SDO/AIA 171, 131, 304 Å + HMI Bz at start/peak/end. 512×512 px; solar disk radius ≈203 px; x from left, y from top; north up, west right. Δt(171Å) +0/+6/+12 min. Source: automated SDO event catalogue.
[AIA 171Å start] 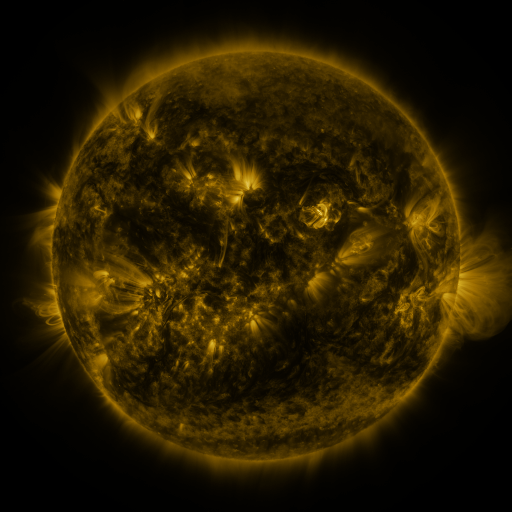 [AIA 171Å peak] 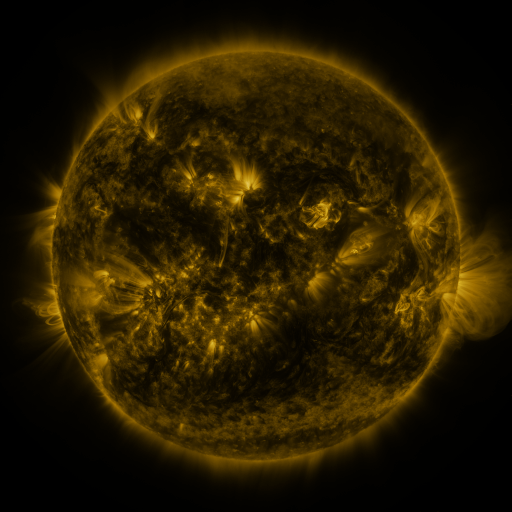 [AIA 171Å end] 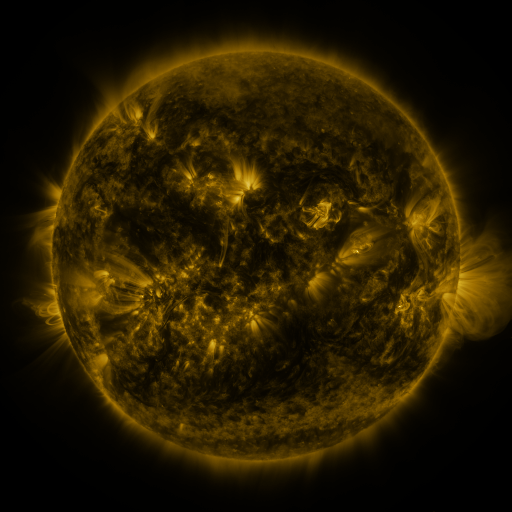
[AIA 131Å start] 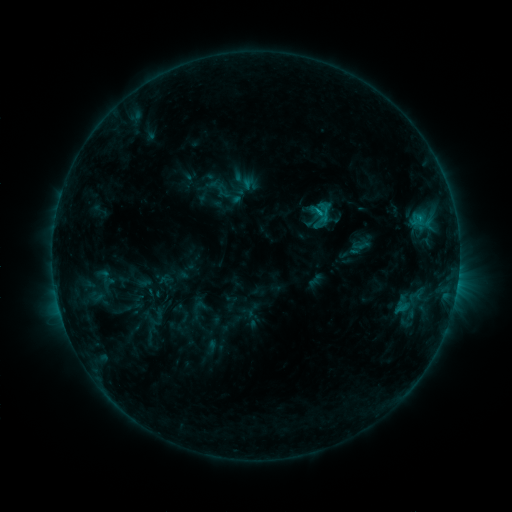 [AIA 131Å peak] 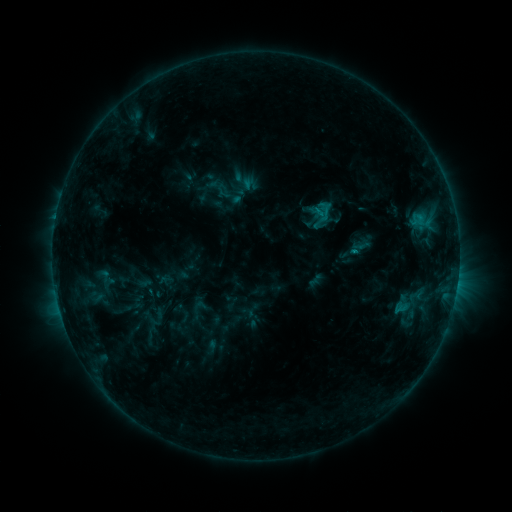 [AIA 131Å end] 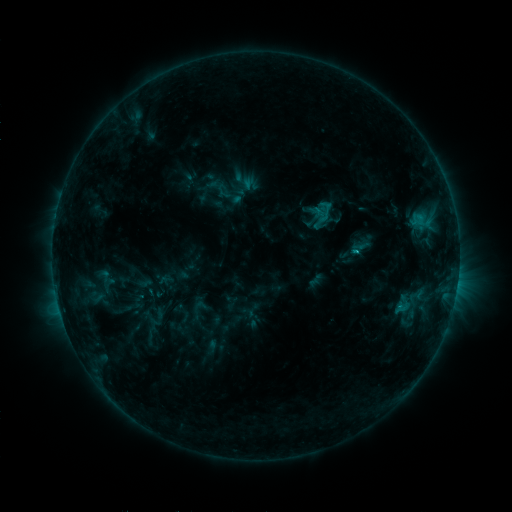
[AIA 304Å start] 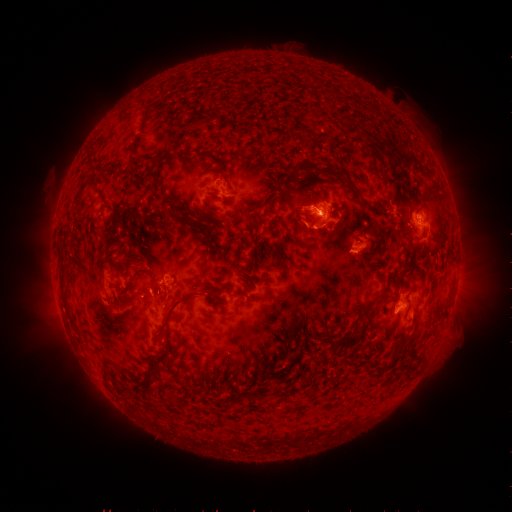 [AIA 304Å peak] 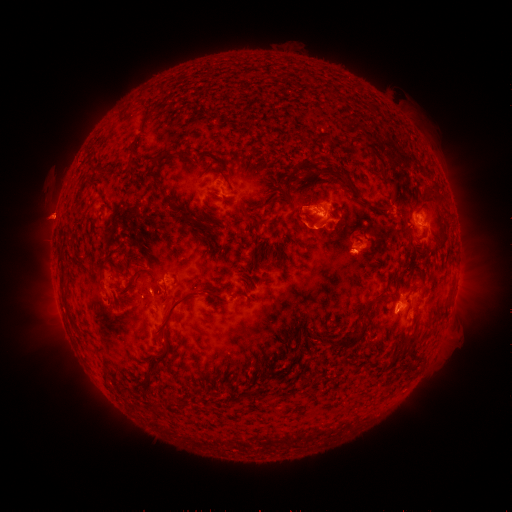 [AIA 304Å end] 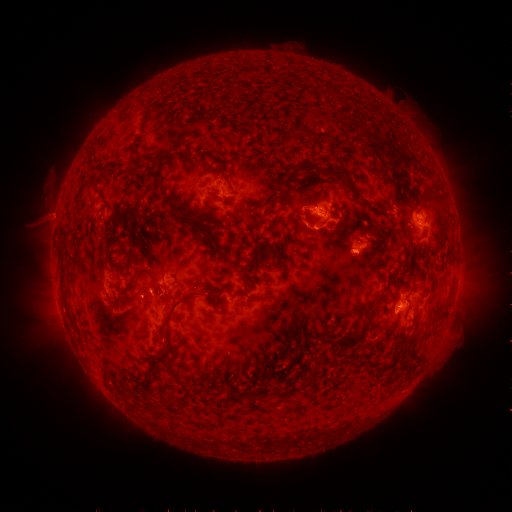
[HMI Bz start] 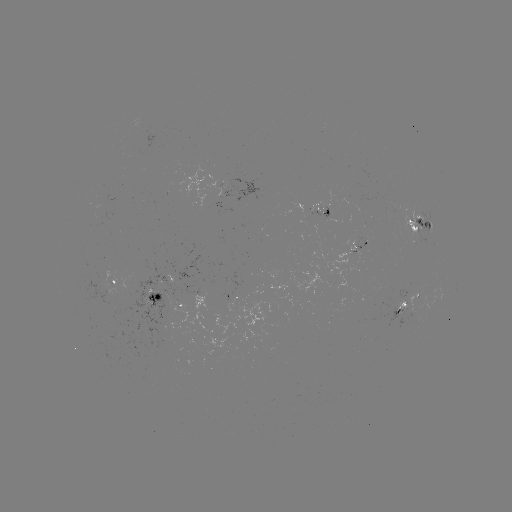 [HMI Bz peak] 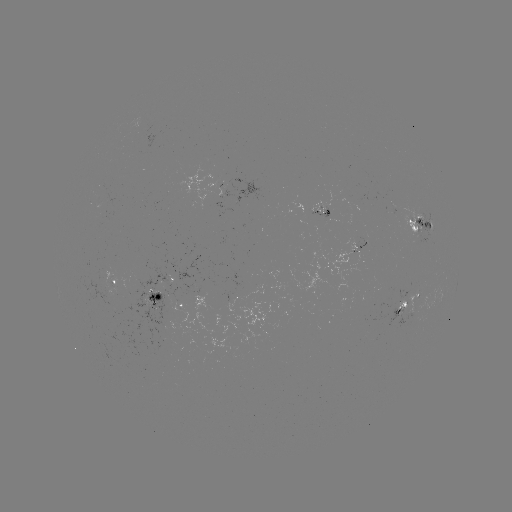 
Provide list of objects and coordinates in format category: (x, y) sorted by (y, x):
C1.4 flare: (354, 250)
